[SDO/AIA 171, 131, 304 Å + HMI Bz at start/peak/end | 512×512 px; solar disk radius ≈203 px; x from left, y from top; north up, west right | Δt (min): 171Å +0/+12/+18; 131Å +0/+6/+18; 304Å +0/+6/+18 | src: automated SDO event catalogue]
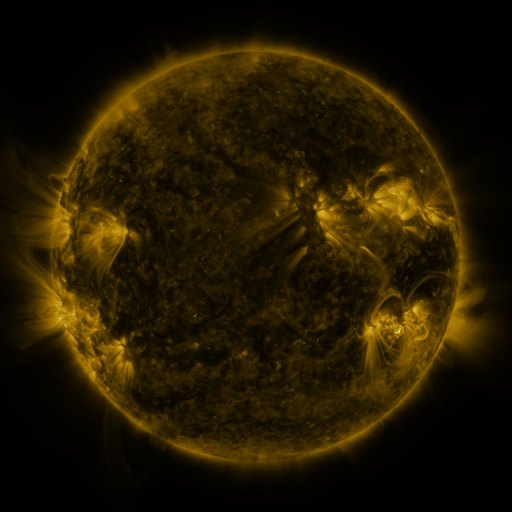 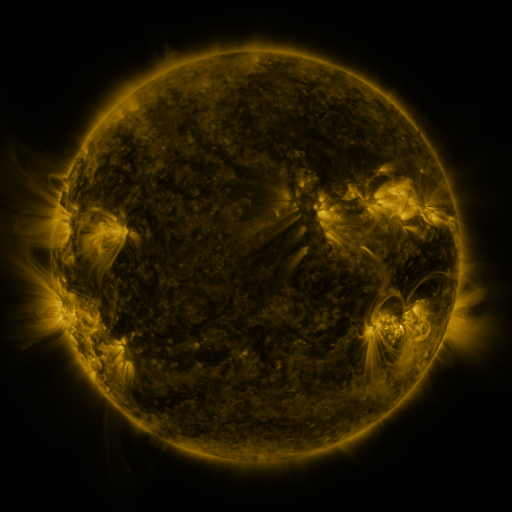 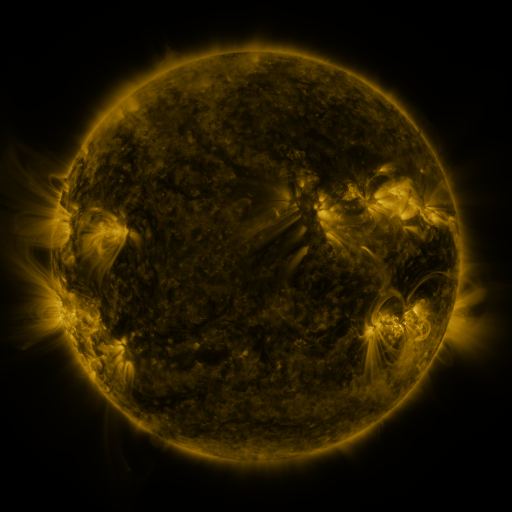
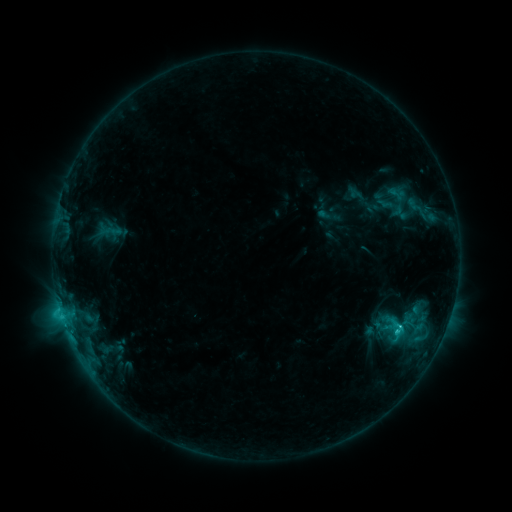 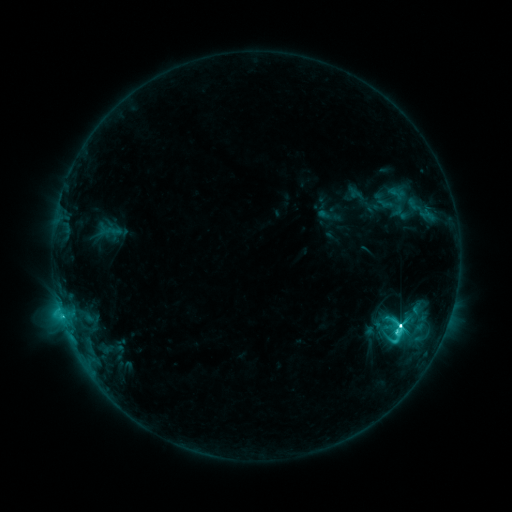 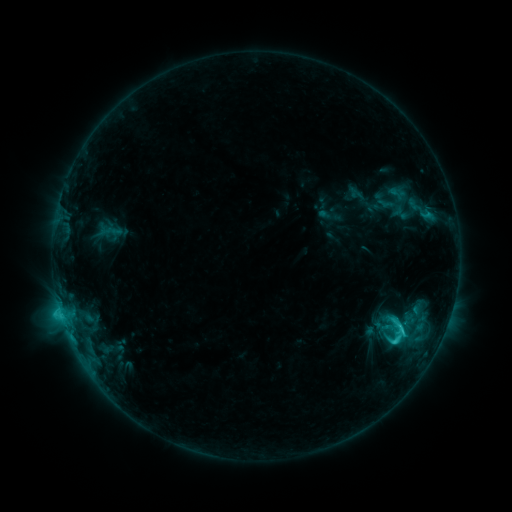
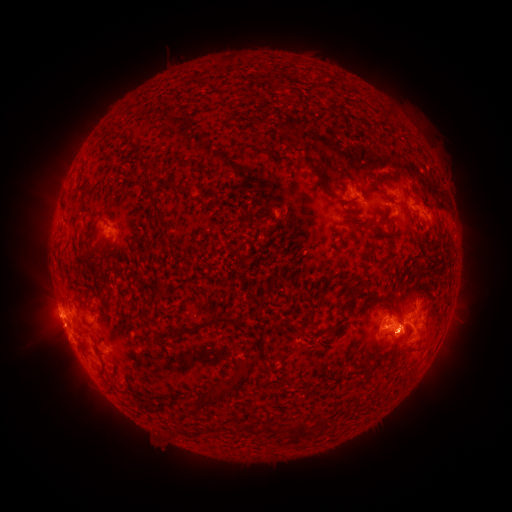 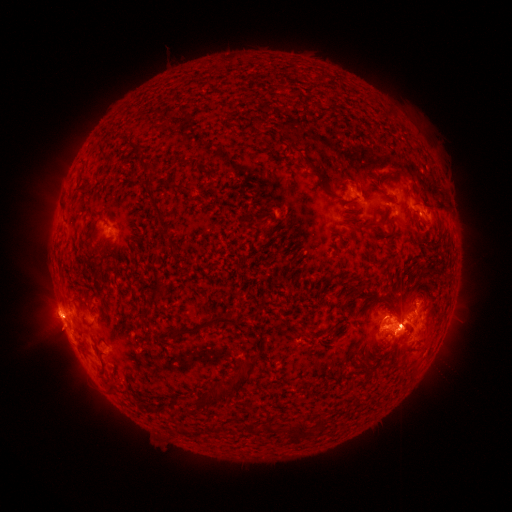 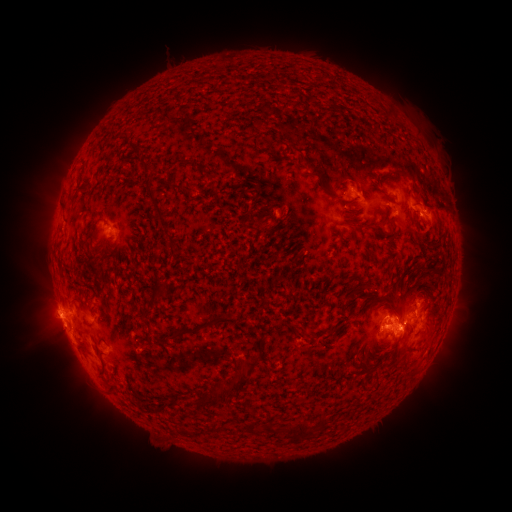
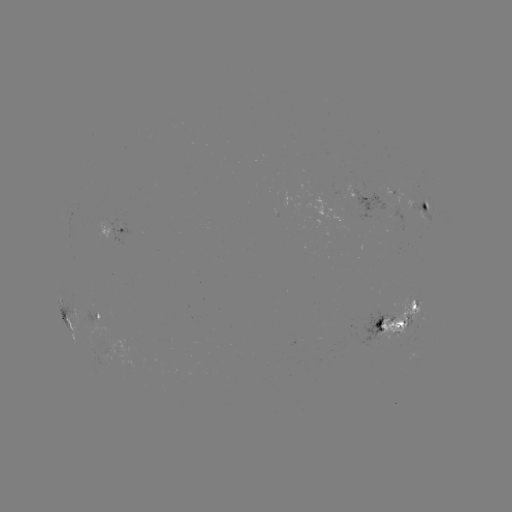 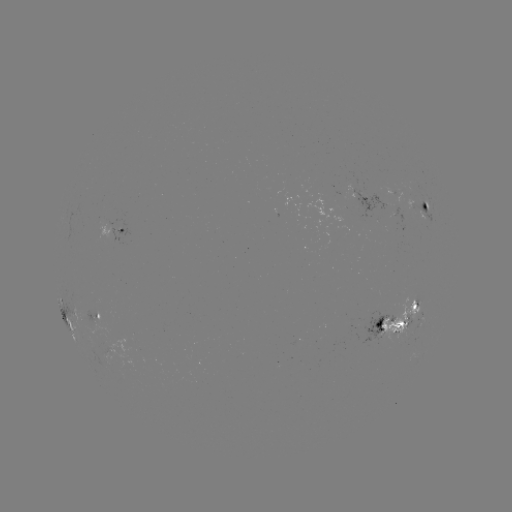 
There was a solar eruption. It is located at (50, 332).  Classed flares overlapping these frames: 1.